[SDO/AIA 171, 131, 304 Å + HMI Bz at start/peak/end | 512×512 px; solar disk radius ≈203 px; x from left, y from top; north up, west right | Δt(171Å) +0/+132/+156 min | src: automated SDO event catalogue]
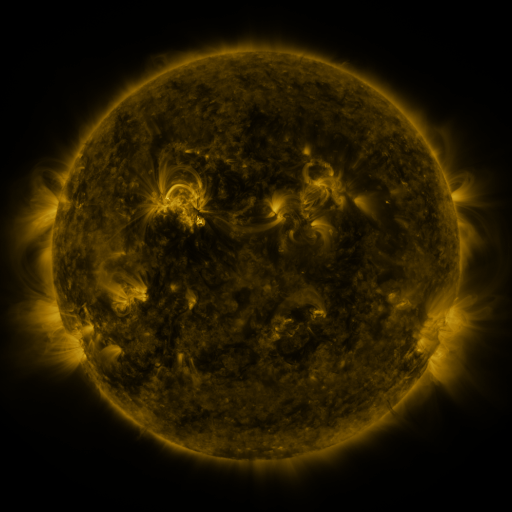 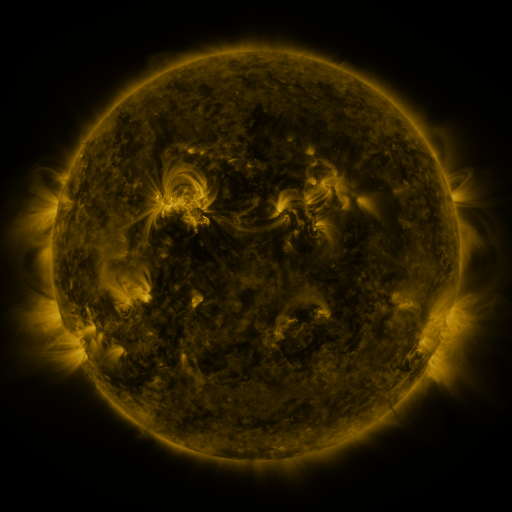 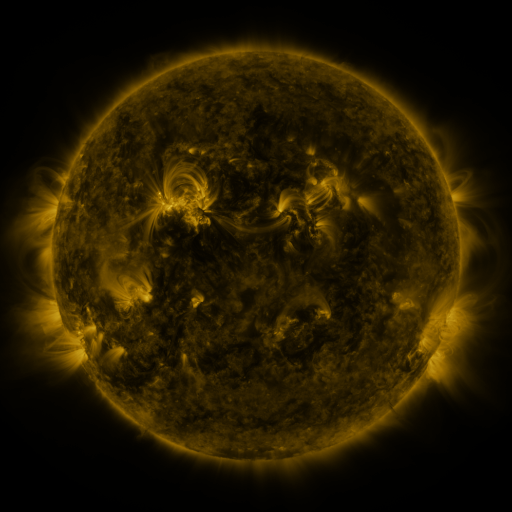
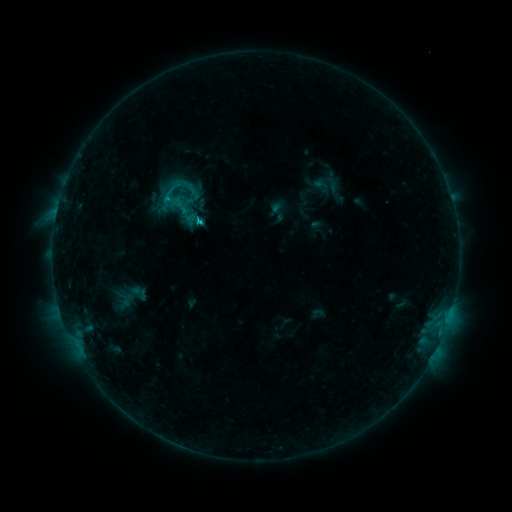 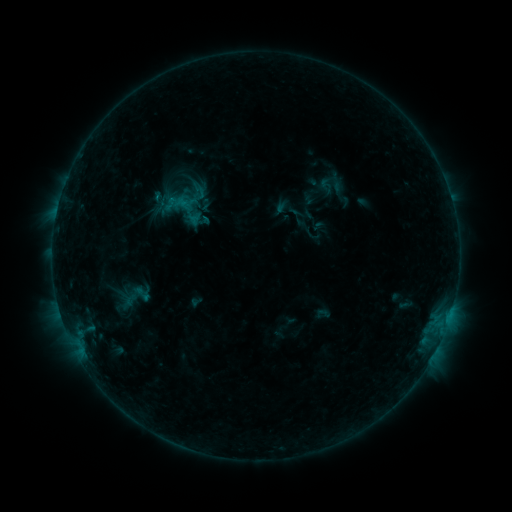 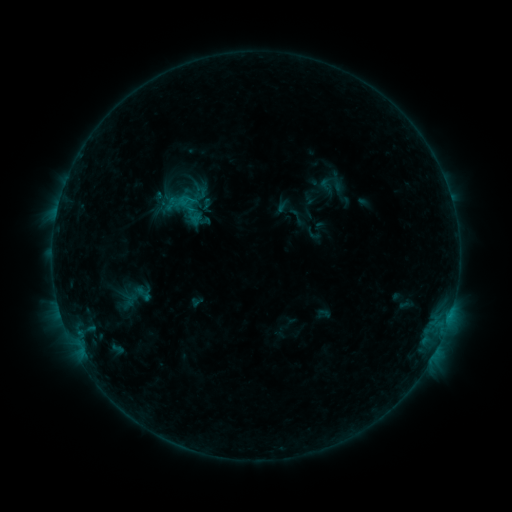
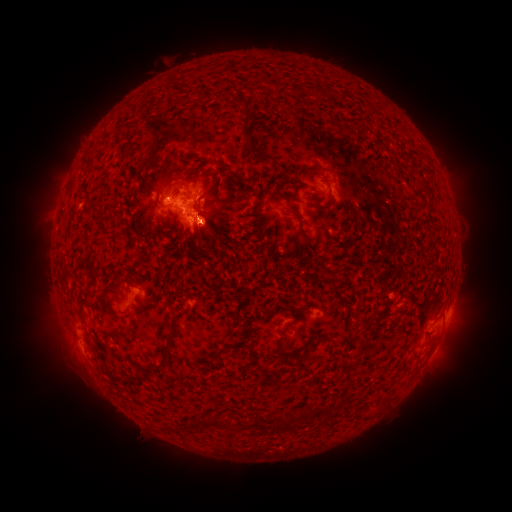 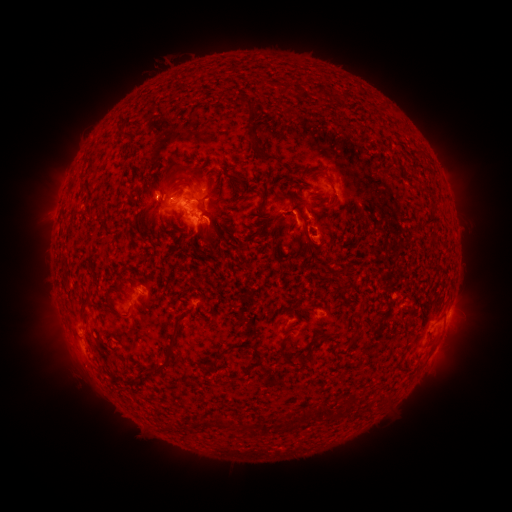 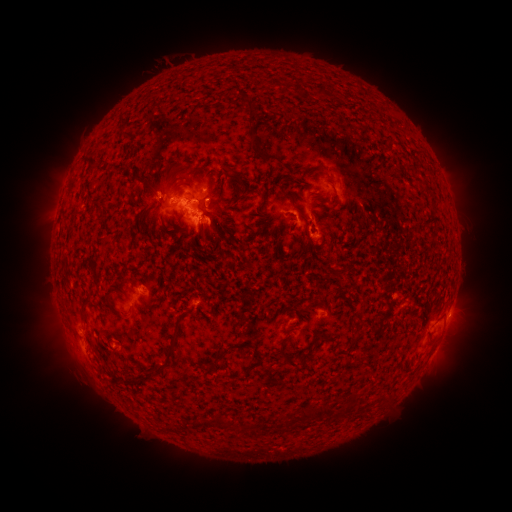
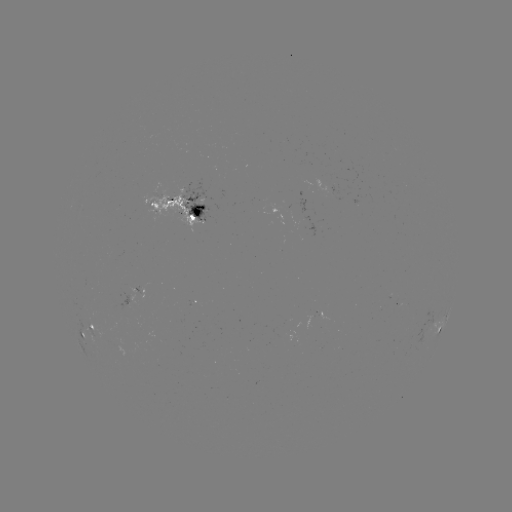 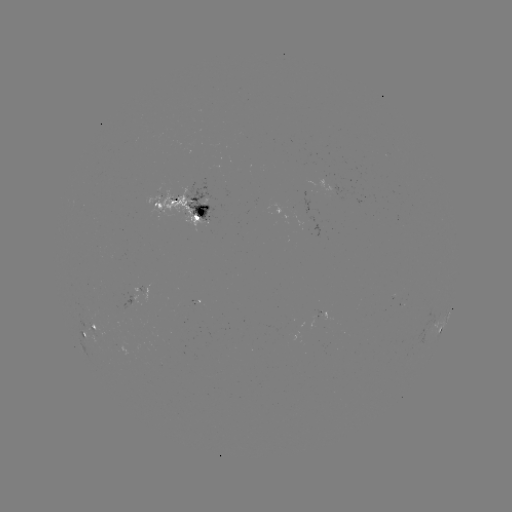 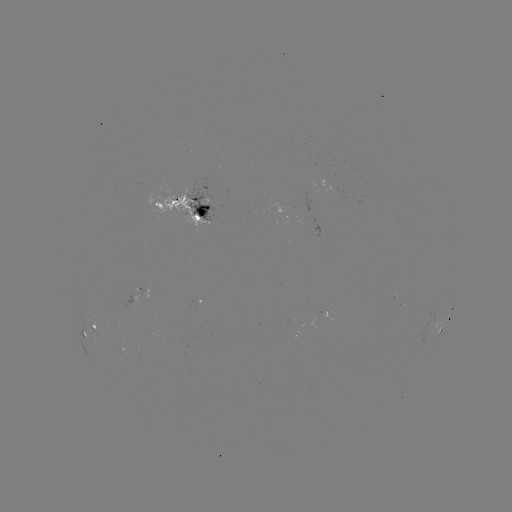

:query emerging-flux region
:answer (177, 202)